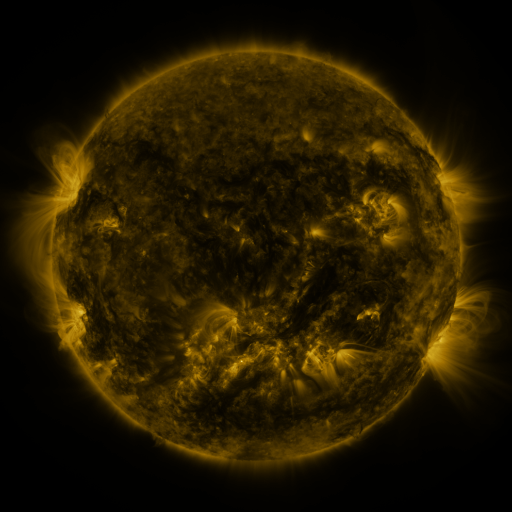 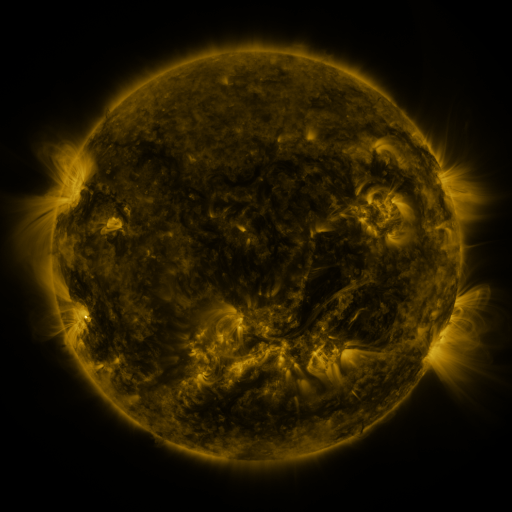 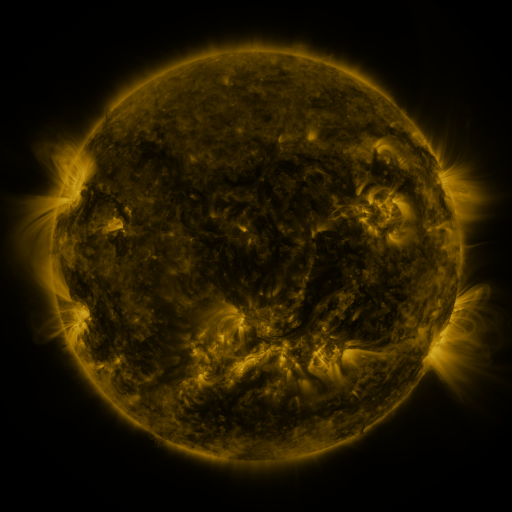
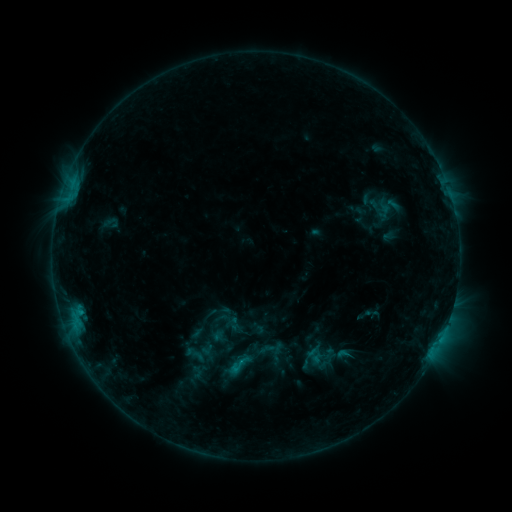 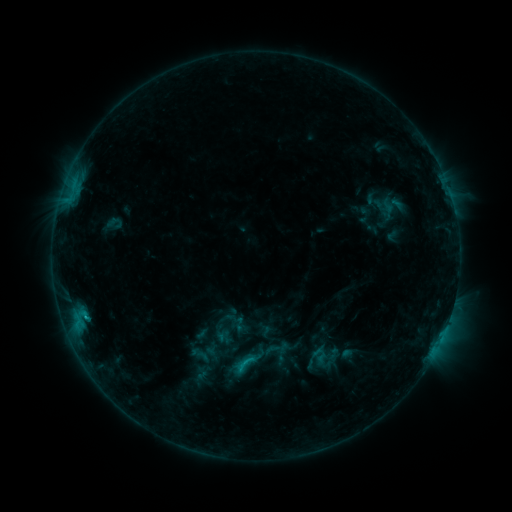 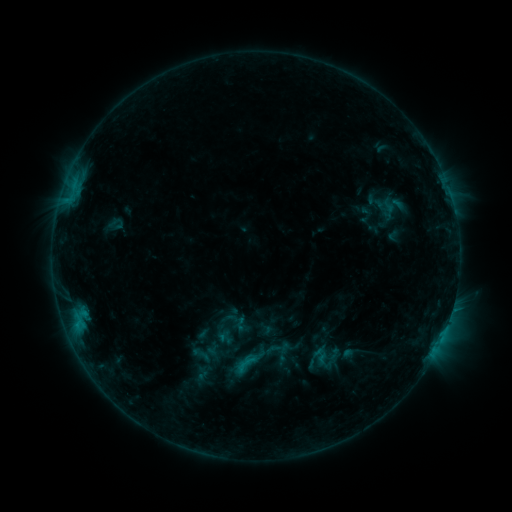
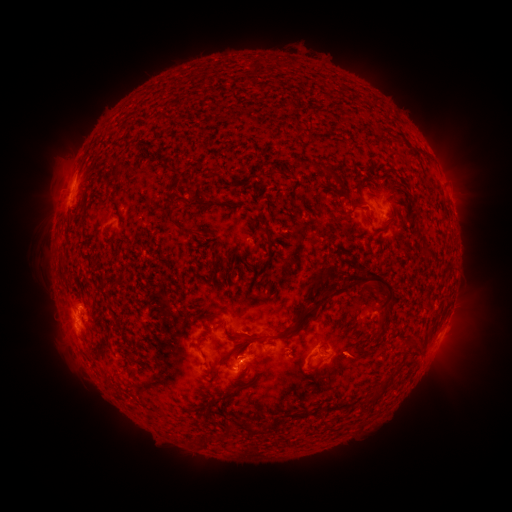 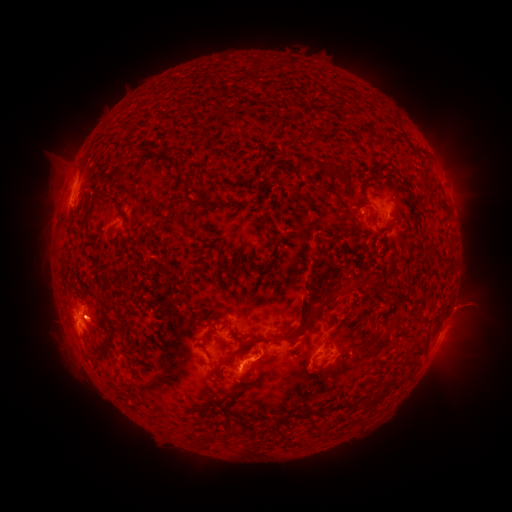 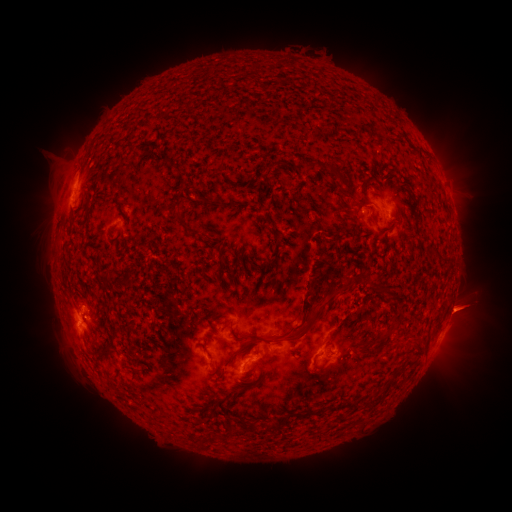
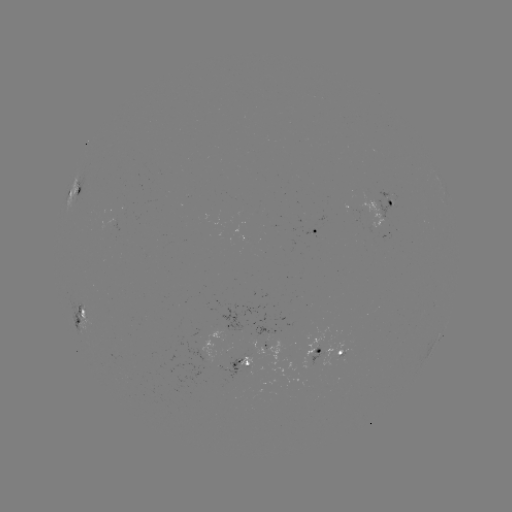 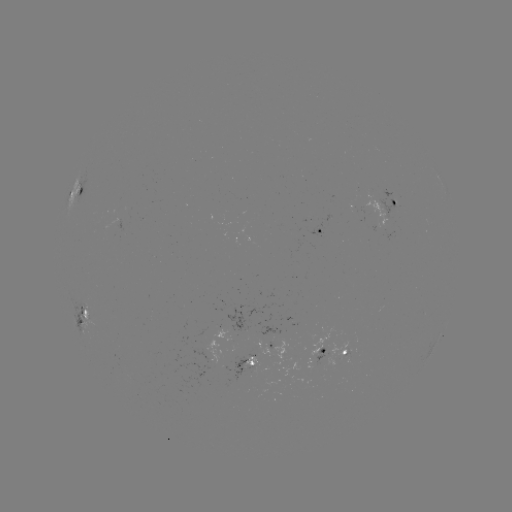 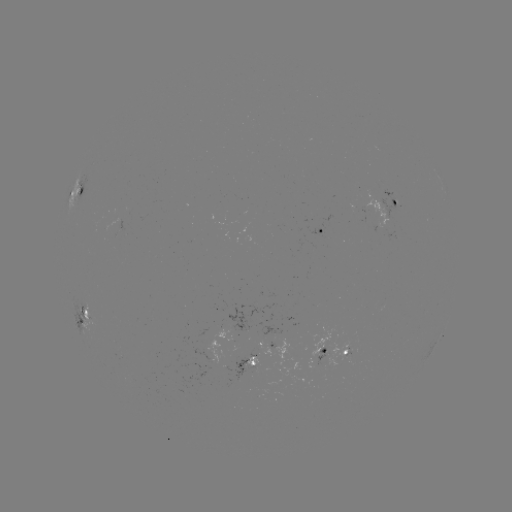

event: emerging-flux region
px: (185, 398)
